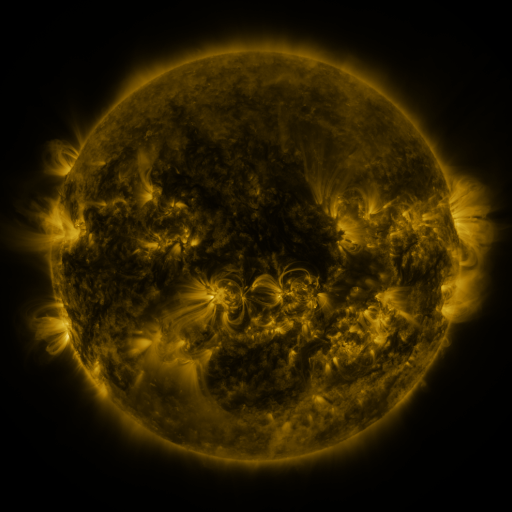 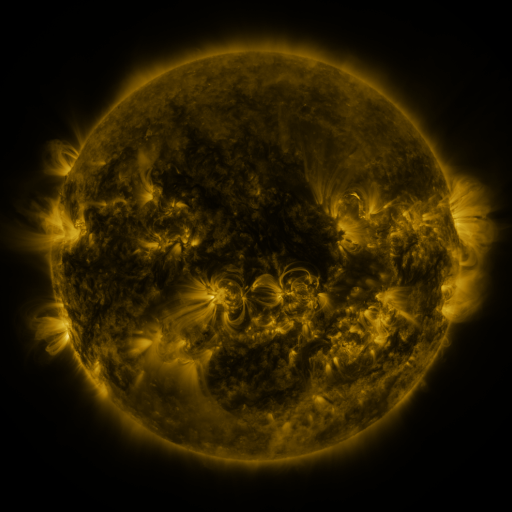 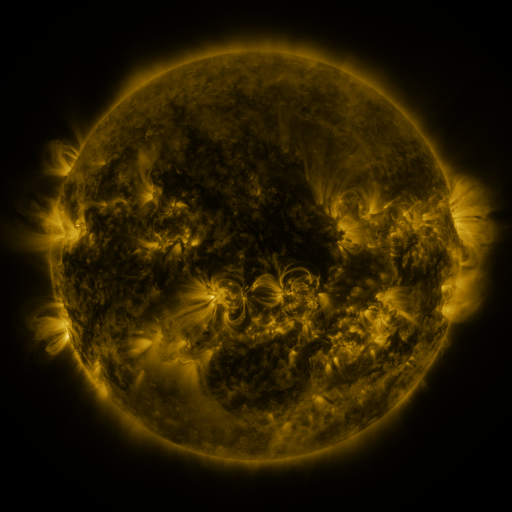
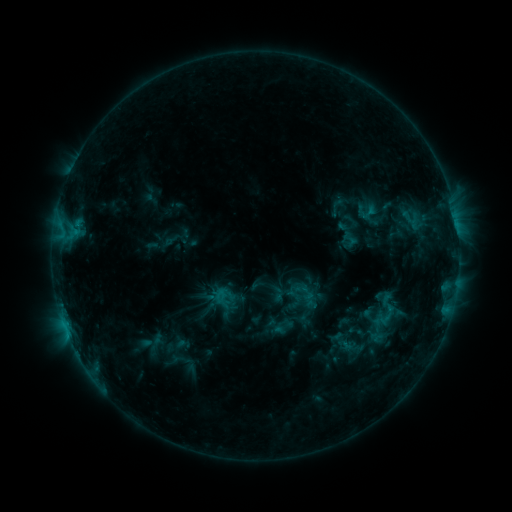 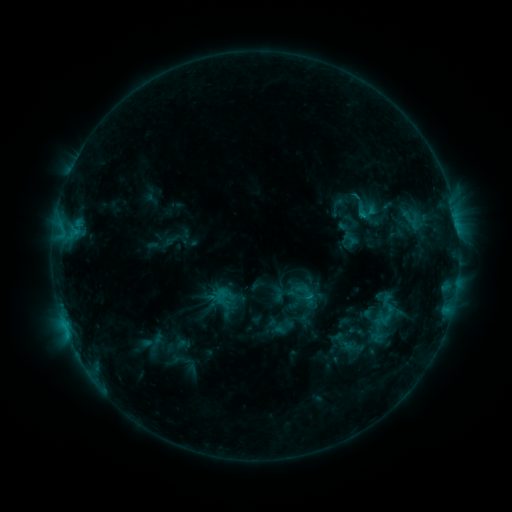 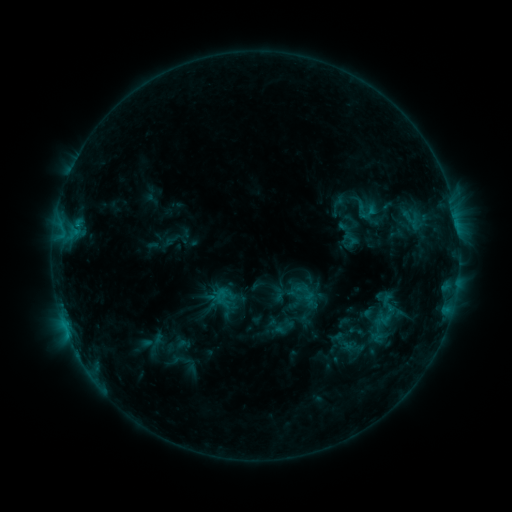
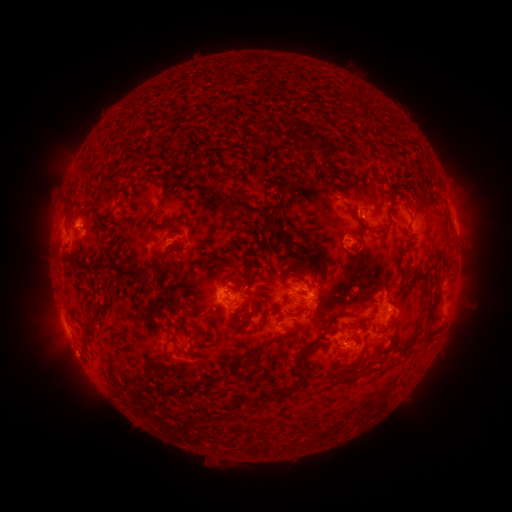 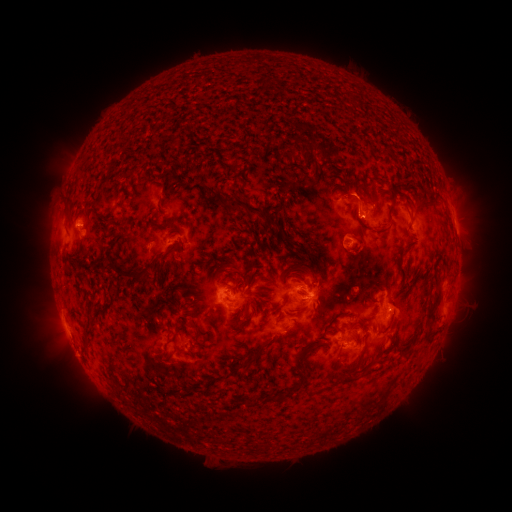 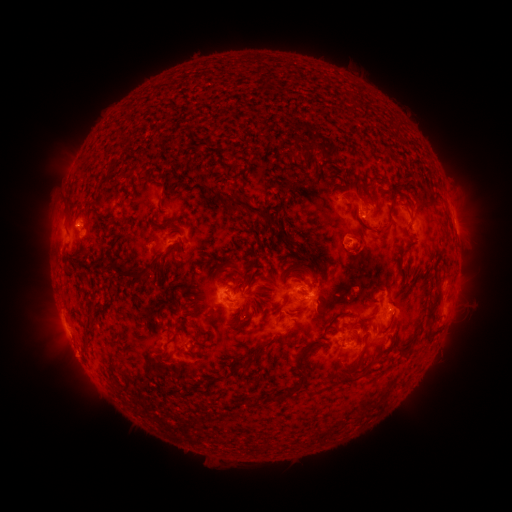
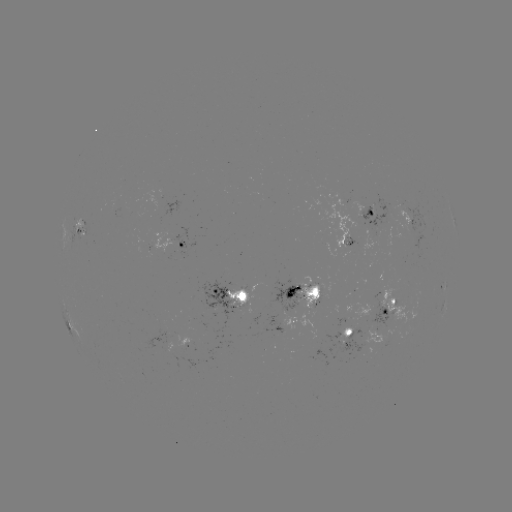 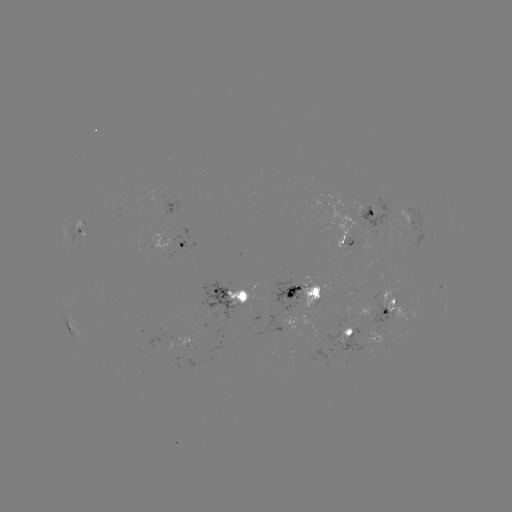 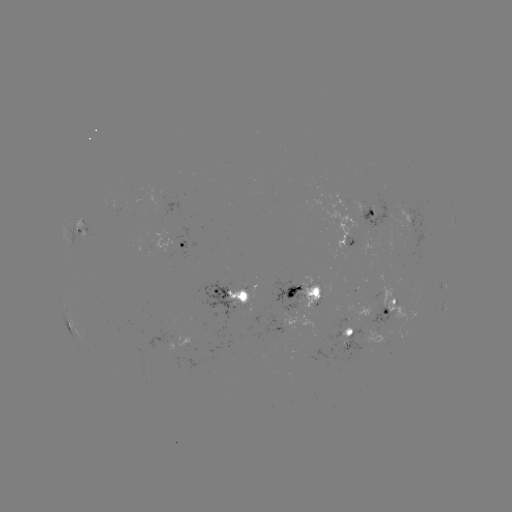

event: flare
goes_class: C1.2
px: (360, 217)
